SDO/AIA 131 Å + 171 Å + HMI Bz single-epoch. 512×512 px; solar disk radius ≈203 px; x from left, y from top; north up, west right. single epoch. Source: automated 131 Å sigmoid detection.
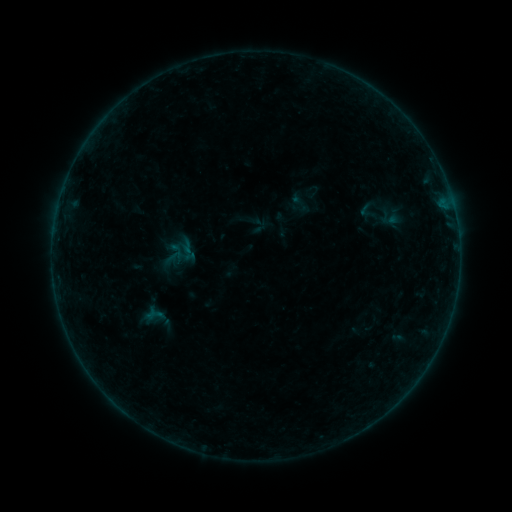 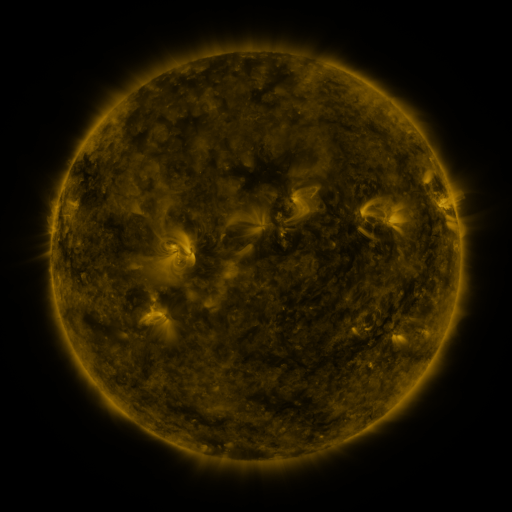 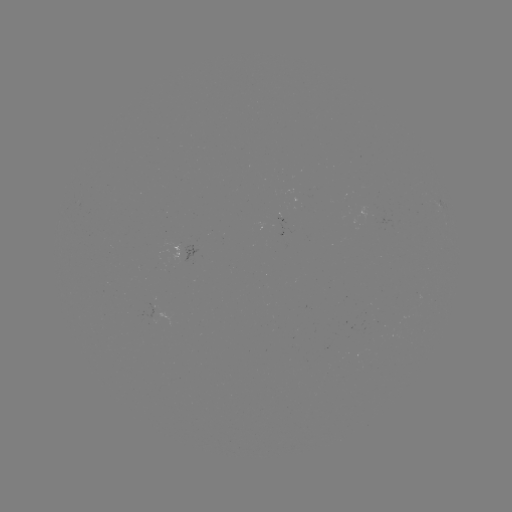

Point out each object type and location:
sigmoid: (366, 209)
